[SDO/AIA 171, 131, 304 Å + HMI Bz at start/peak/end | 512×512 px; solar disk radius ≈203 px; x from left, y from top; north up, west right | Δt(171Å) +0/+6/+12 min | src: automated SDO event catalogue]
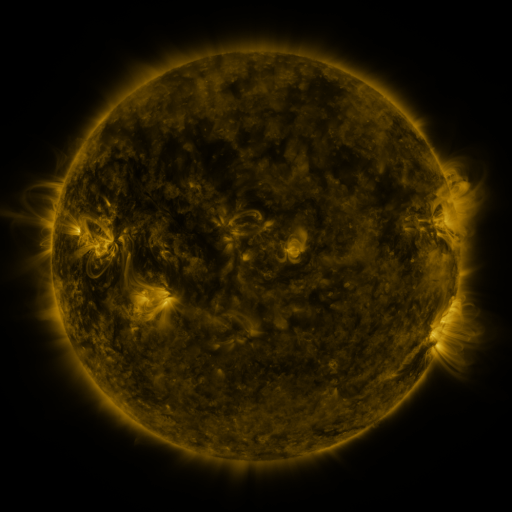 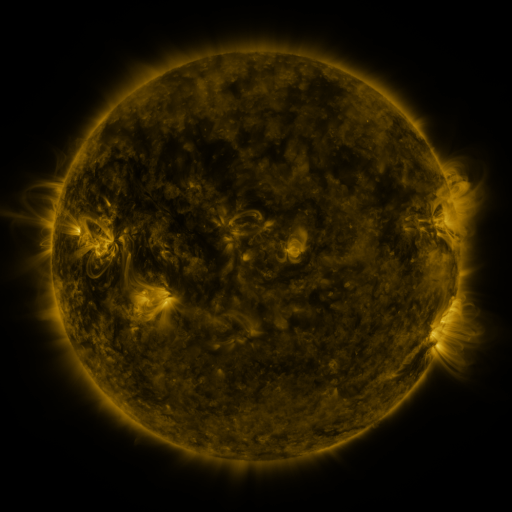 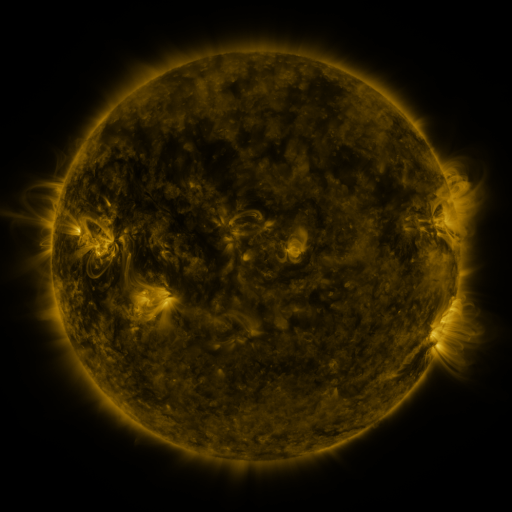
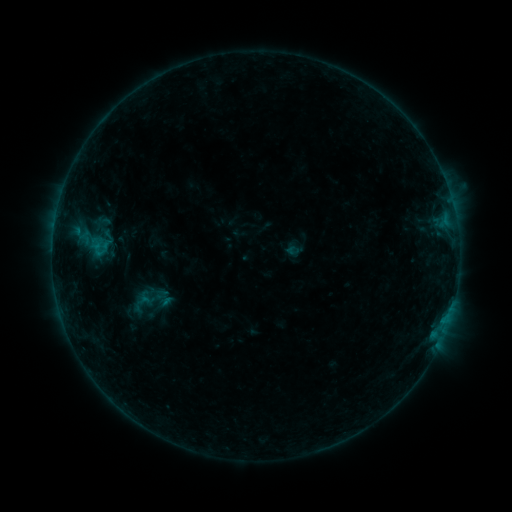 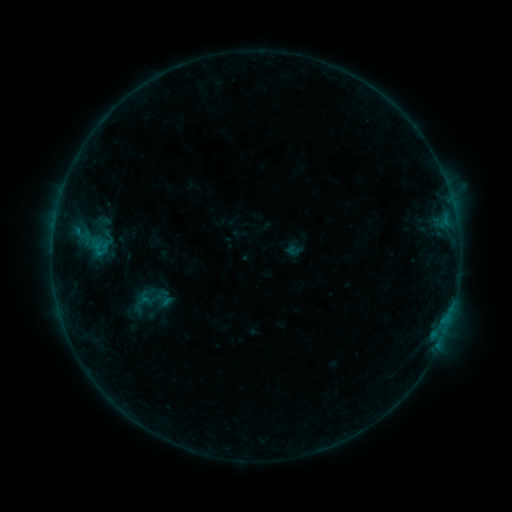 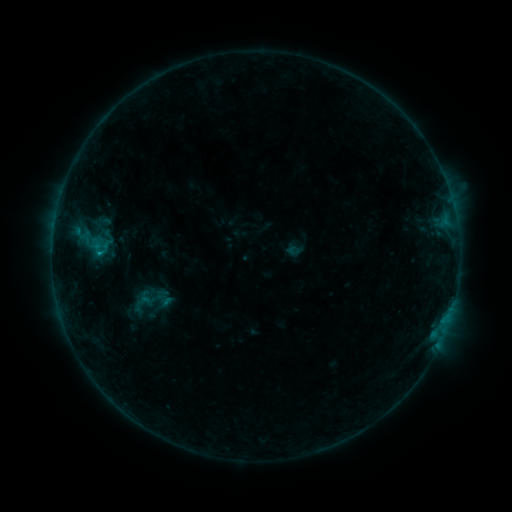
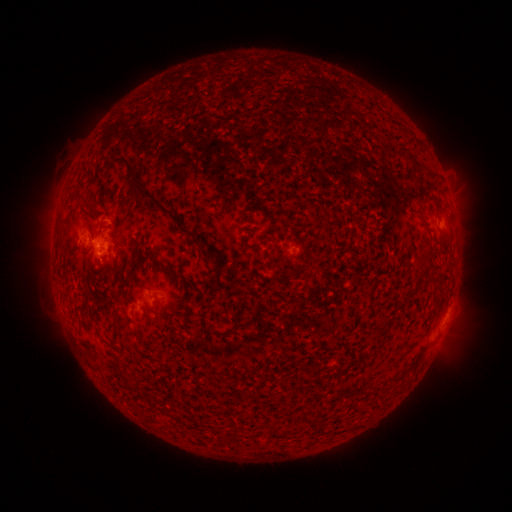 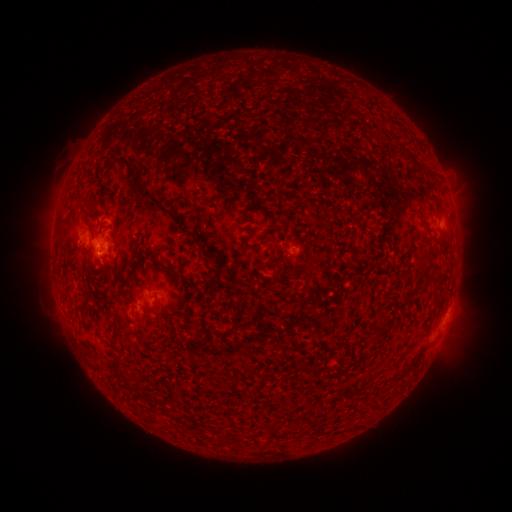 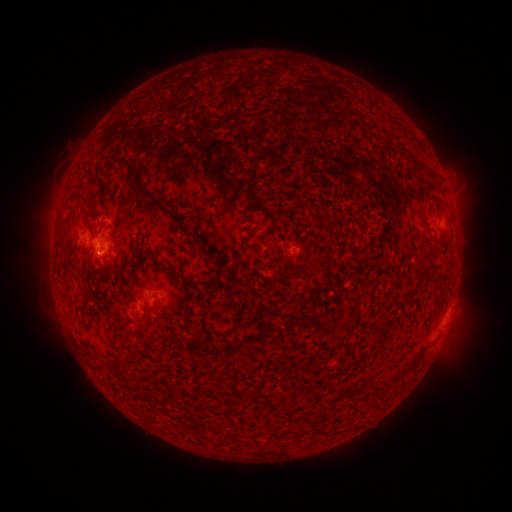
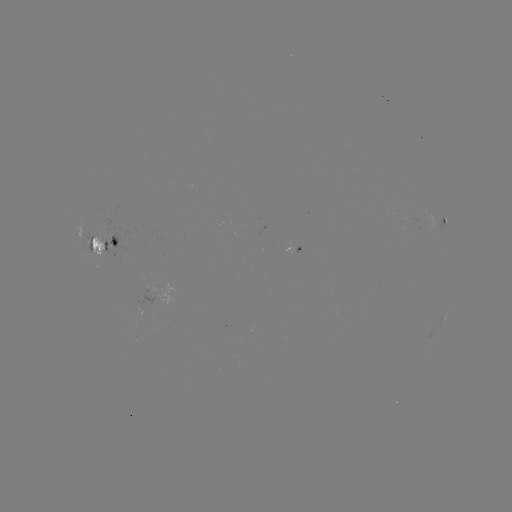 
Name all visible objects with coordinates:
B5.9 flare: (100, 254)
